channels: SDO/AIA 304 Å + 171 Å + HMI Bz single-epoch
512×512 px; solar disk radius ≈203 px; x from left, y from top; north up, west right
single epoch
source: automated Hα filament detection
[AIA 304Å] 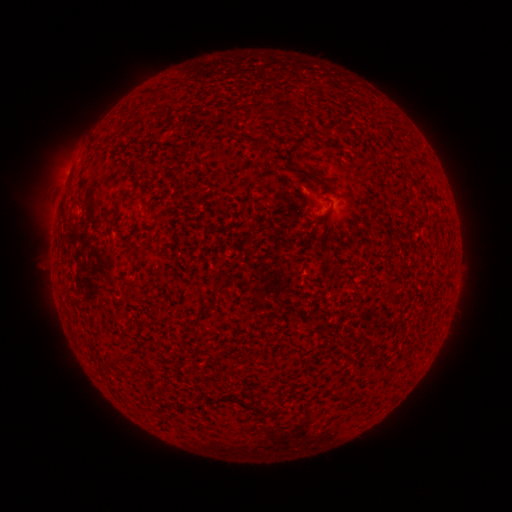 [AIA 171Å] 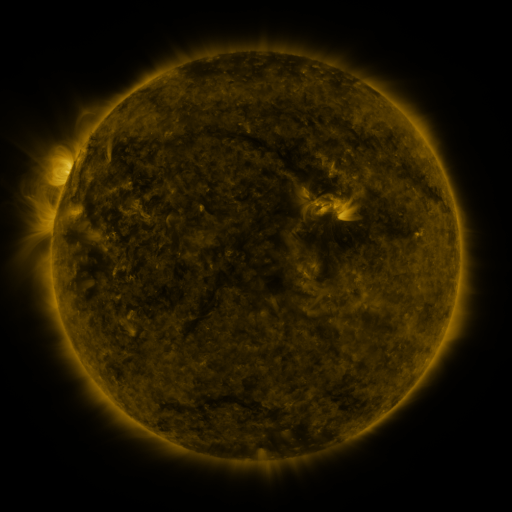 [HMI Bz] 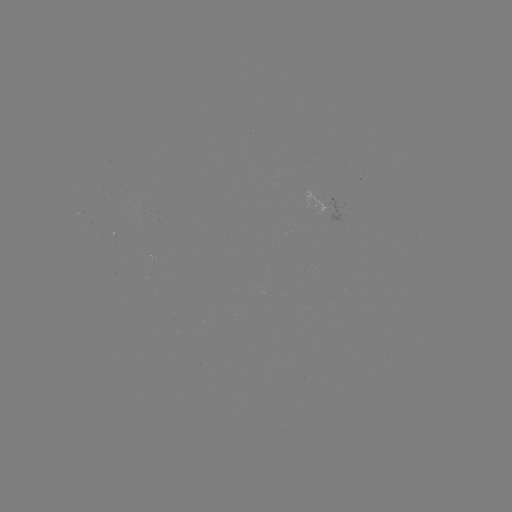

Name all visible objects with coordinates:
filament: (314, 174, 327, 183)
filament: (218, 282, 230, 291)
filament: (111, 351, 123, 366)
filament: (228, 393, 268, 416)
filament: (345, 393, 353, 404)
